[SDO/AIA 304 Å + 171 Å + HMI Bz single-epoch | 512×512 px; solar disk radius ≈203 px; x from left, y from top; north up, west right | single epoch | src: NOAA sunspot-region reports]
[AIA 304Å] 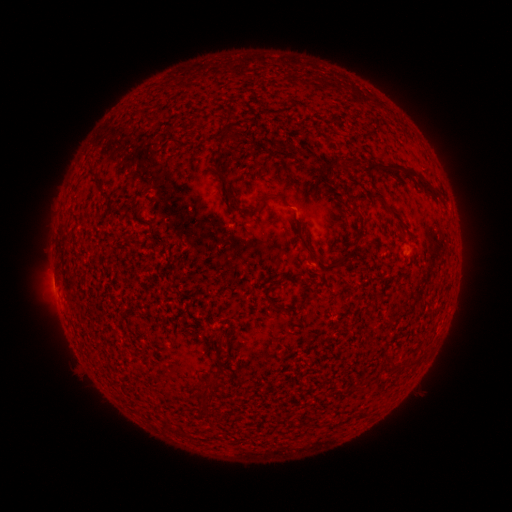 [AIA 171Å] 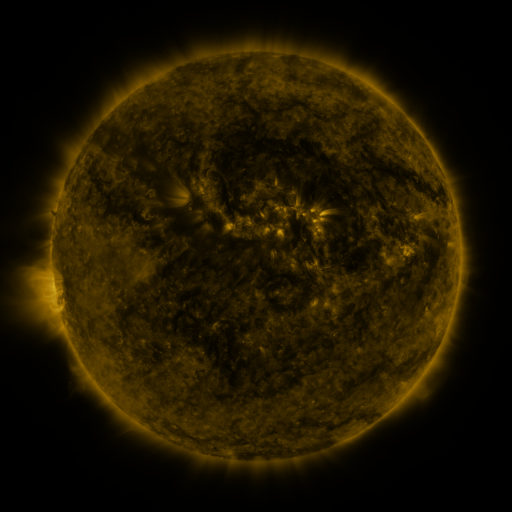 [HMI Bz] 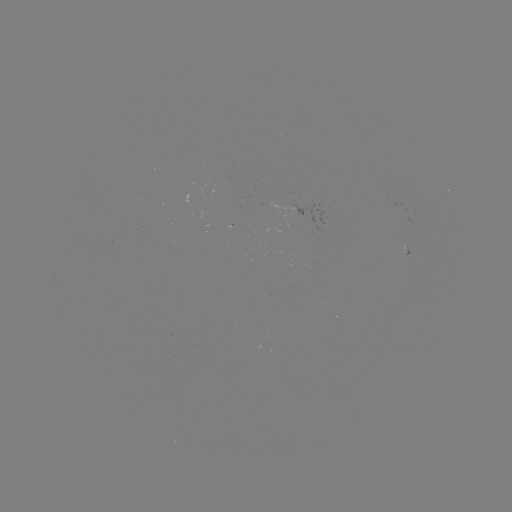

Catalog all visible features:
(none)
